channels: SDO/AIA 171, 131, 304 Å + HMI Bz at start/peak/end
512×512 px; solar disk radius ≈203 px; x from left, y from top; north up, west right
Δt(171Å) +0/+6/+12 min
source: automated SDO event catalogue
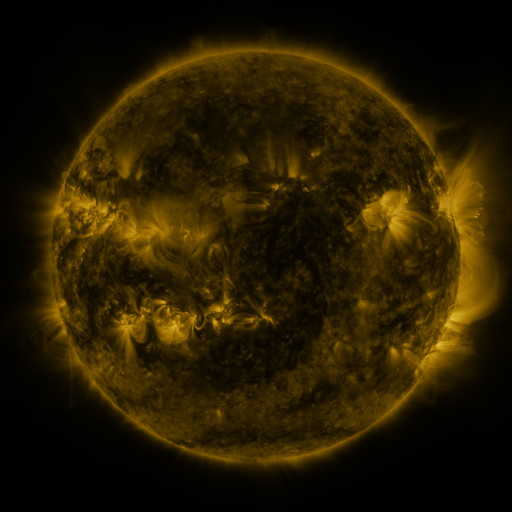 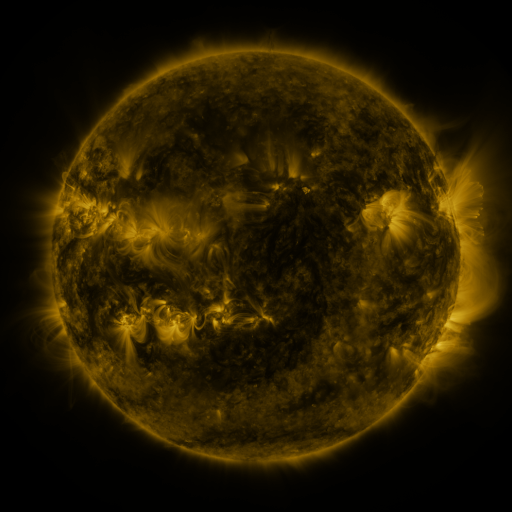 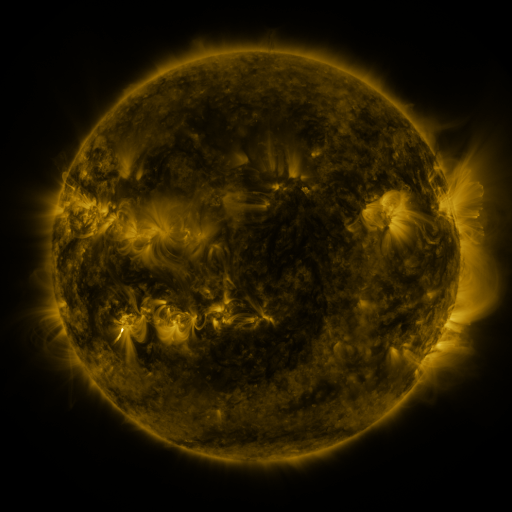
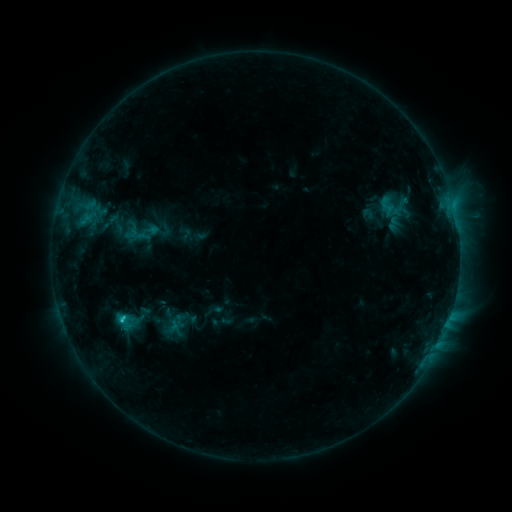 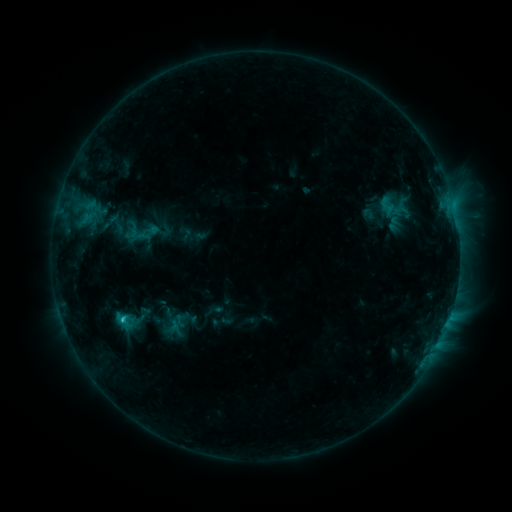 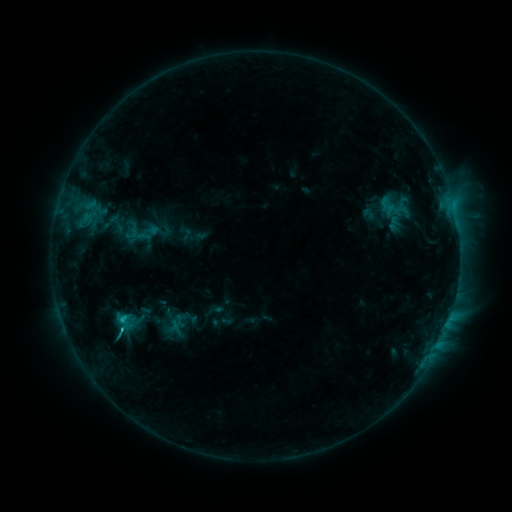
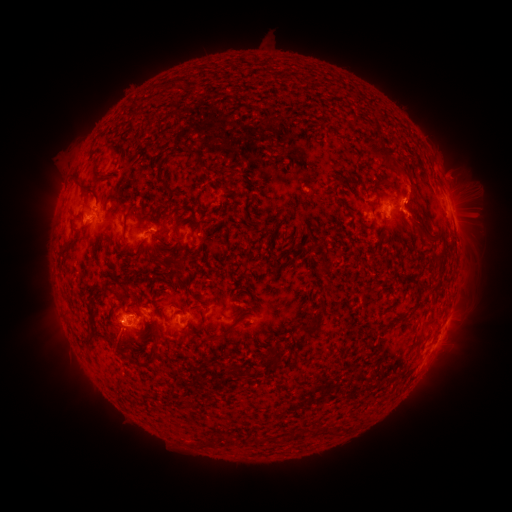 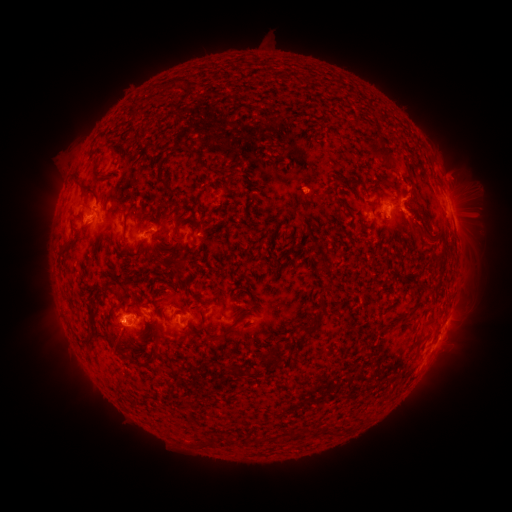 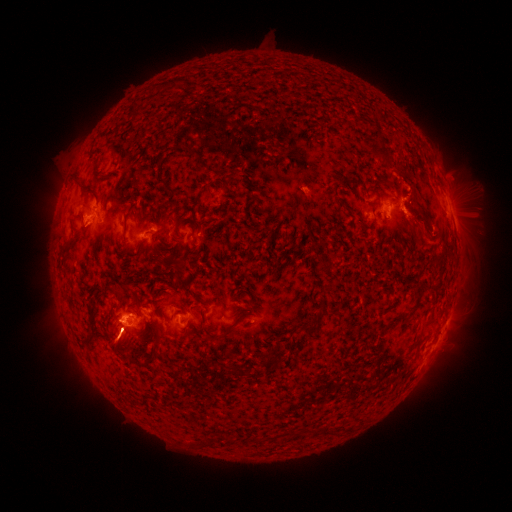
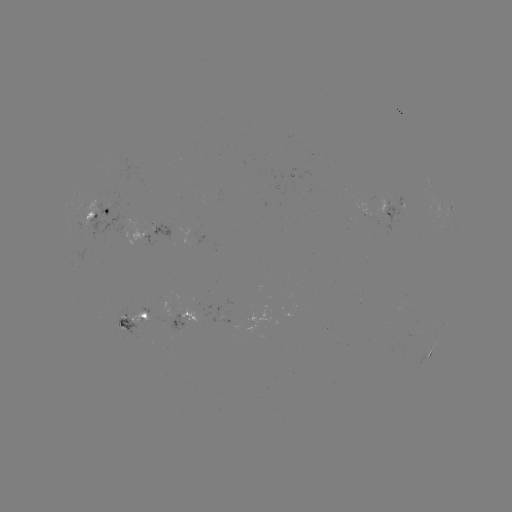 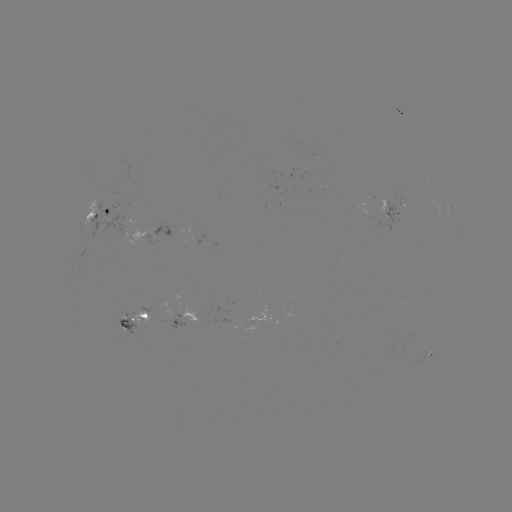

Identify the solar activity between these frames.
eruption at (307, 192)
